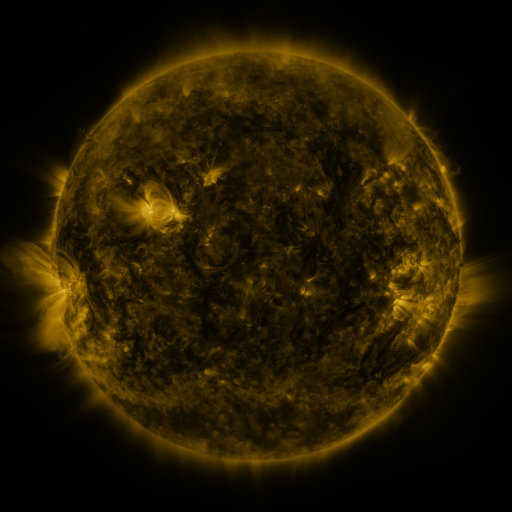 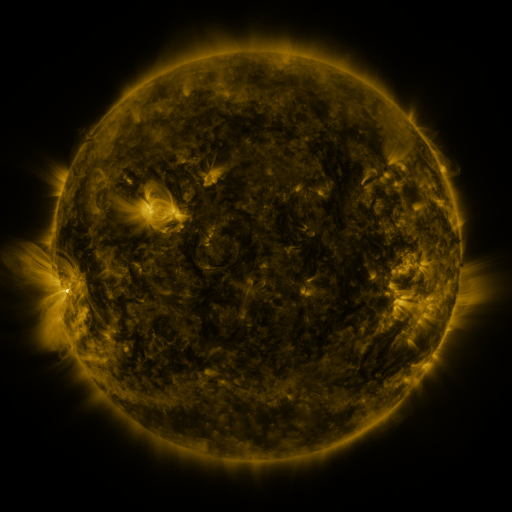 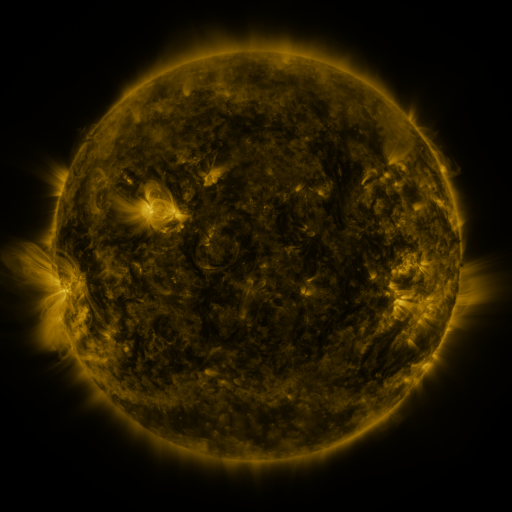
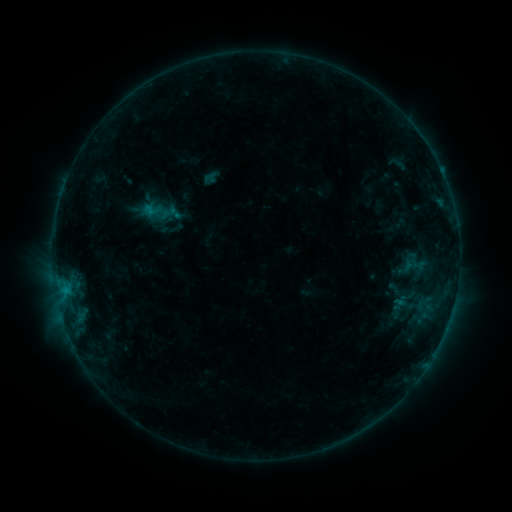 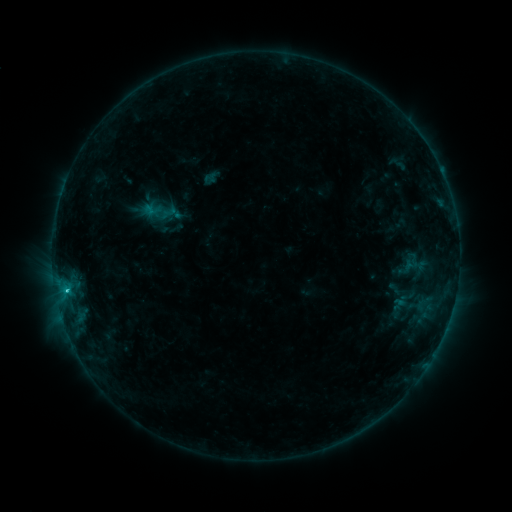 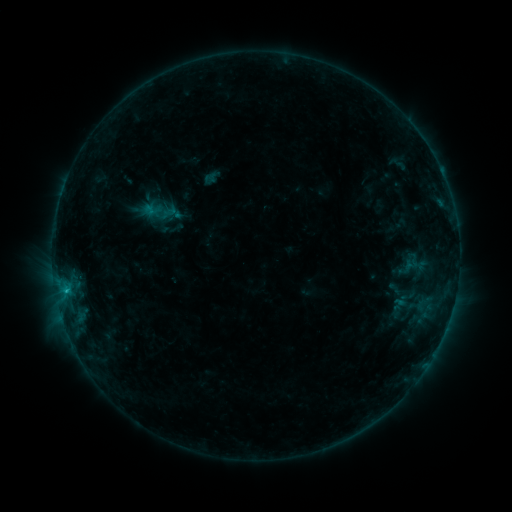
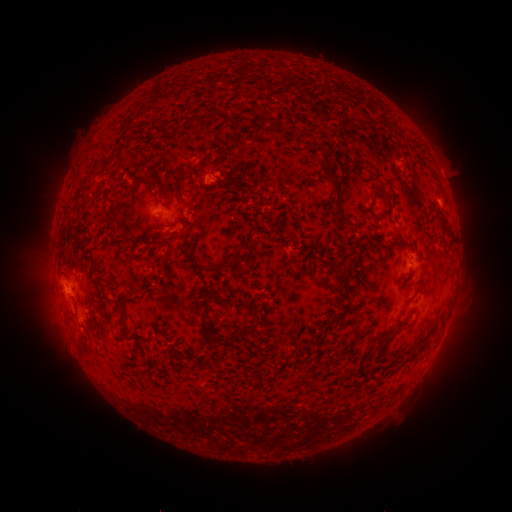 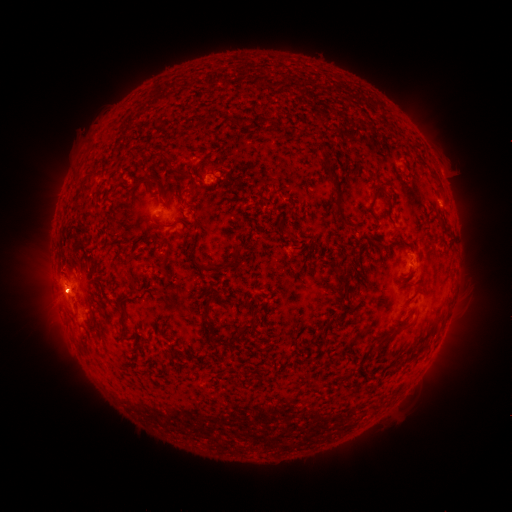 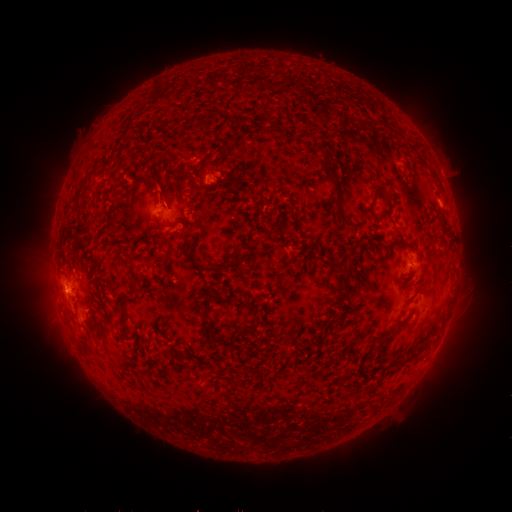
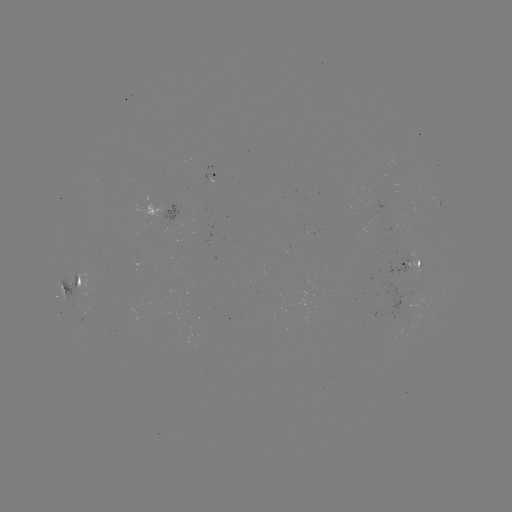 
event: flare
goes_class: C1.1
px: (67, 288)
